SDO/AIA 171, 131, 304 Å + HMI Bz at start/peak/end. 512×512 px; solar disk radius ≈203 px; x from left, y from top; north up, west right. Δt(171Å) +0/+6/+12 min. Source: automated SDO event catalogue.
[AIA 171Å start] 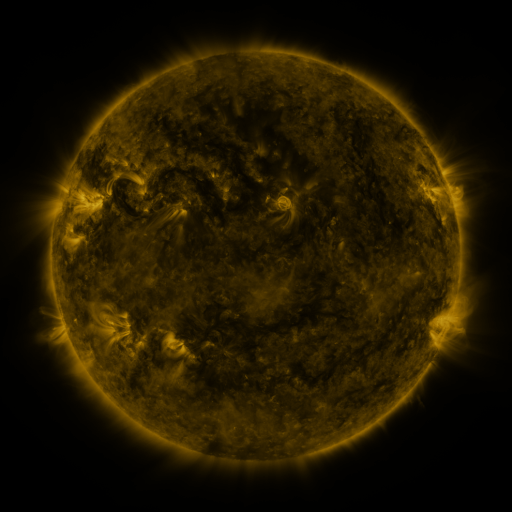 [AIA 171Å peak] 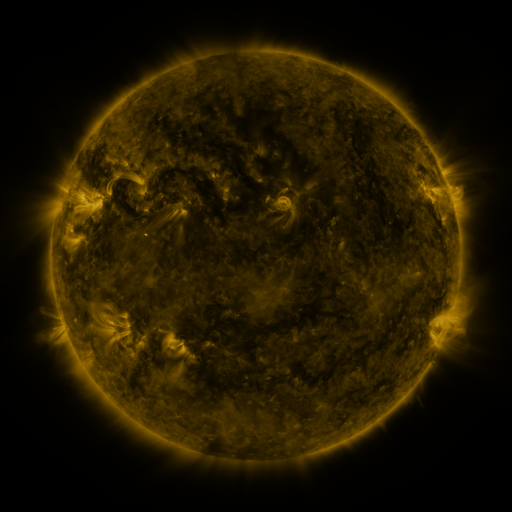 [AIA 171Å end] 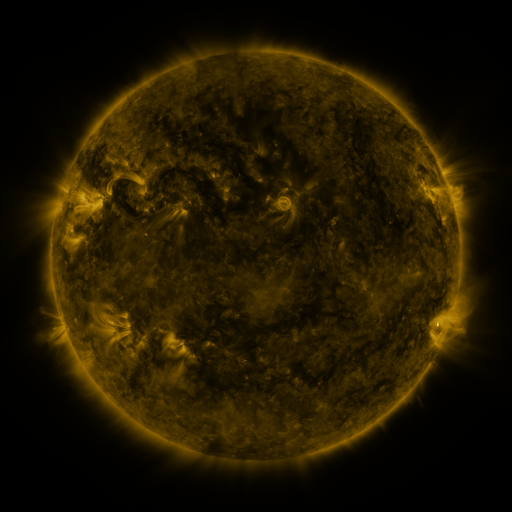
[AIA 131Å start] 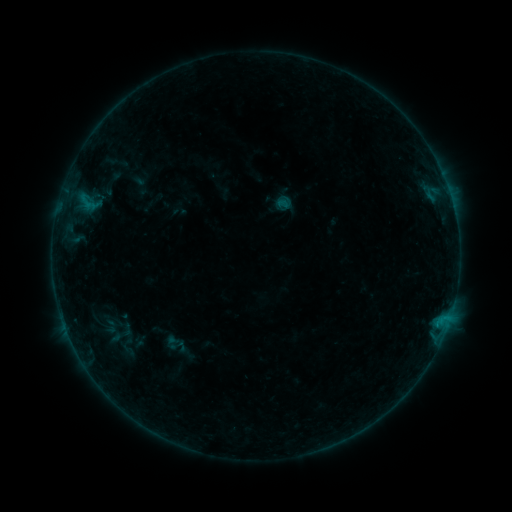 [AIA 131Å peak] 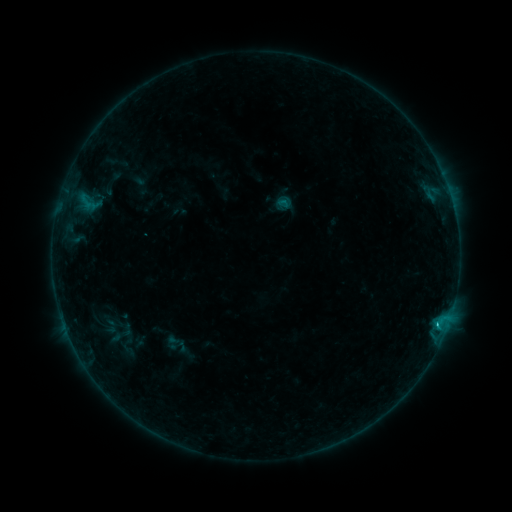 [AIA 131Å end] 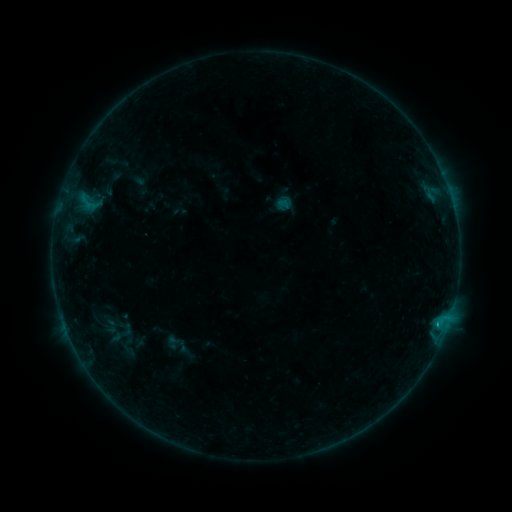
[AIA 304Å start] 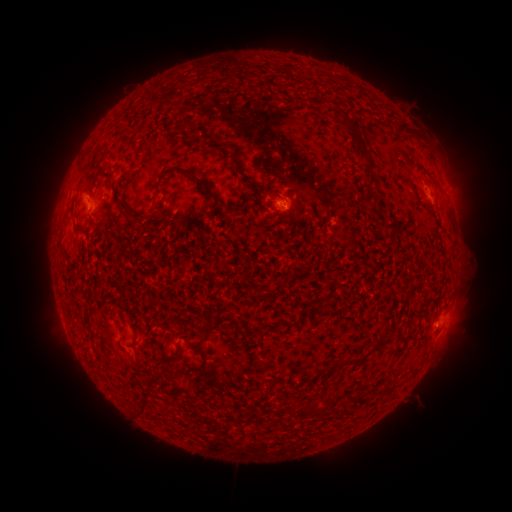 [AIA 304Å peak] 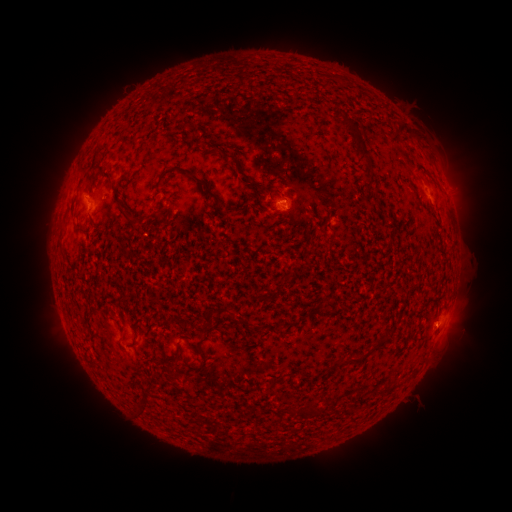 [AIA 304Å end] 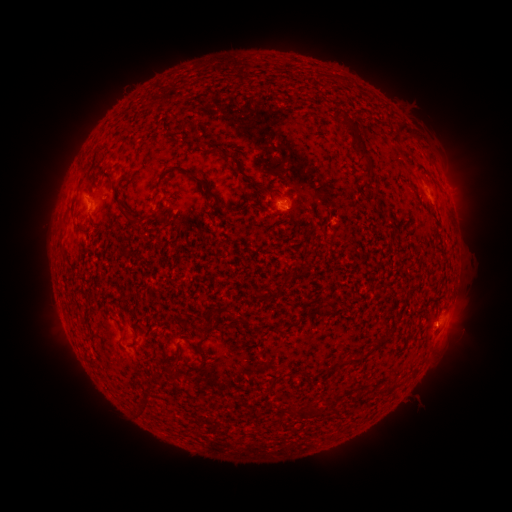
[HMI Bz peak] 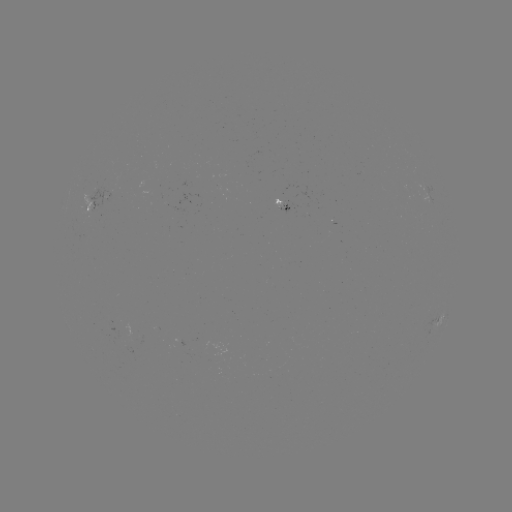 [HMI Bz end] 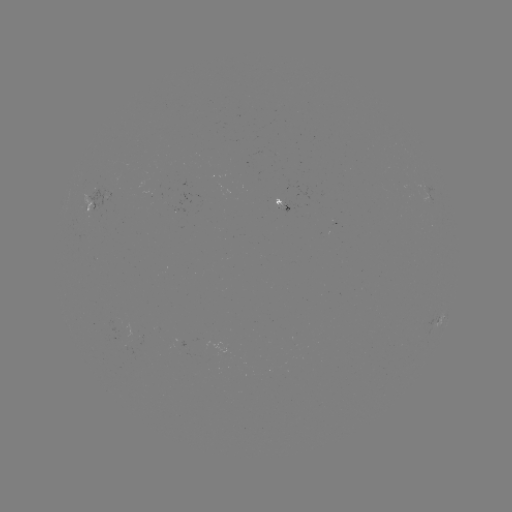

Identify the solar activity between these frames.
B5.5 flare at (436, 322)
